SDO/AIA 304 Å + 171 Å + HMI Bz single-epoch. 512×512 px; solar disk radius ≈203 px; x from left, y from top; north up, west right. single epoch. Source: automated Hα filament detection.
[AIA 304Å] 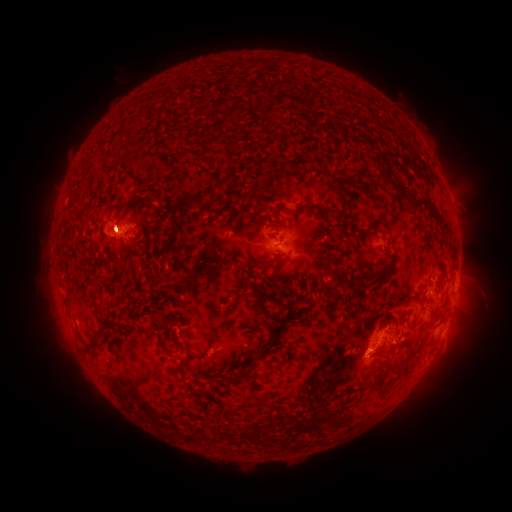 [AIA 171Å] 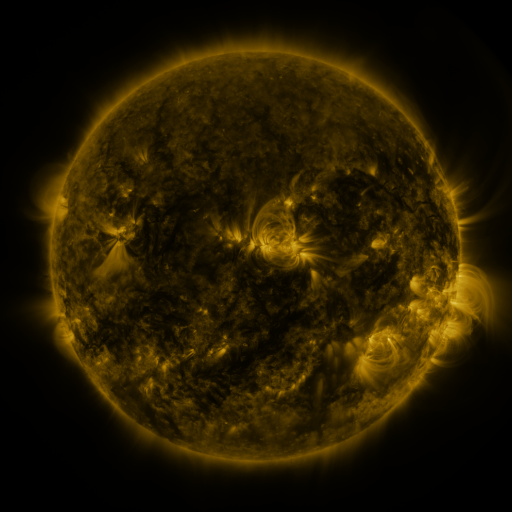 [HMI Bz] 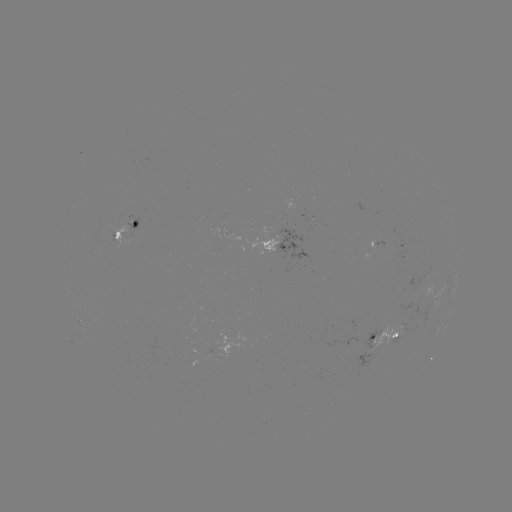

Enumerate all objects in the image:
filament: <bbox>215, 125, 232, 145</bbox>
filament: <bbox>100, 164, 117, 173</bbox>
filament: <bbox>378, 171, 391, 186</bbox>
filament: <bbox>388, 176, 443, 221</bbox>
filament: <bbox>214, 182, 222, 192</bbox>
filament: <bbox>335, 188, 343, 198</bbox>
filament: <bbox>191, 198, 203, 211</bbox>
filament: <bbox>297, 201, 327, 217</bbox>
filament: <bbox>167, 208, 180, 231</bbox>
filament: <bbox>357, 222, 376, 234</bbox>
filament: <bbox>381, 258, 393, 272</bbox>
filament: <bbox>261, 259, 276, 268</bbox>
filament: <bbox>356, 271, 379, 283</bbox>
filament: <bbox>248, 280, 290, 301</bbox>
filament: <bbox>263, 298, 296, 352</bbox>
filament: <bbox>435, 307, 445, 317</bbox>
filament: <bbox>182, 330, 190, 340</bbox>
filament: <bbox>82, 341, 102, 355</bbox>
filament: <bbox>227, 355, 258, 385</bbox>
filament: <bbox>179, 356, 189, 384</bbox>
